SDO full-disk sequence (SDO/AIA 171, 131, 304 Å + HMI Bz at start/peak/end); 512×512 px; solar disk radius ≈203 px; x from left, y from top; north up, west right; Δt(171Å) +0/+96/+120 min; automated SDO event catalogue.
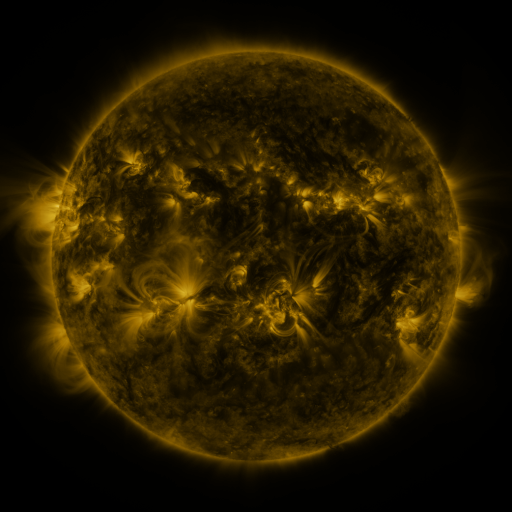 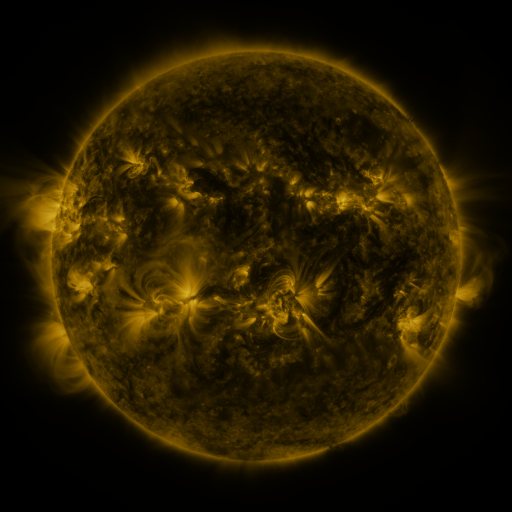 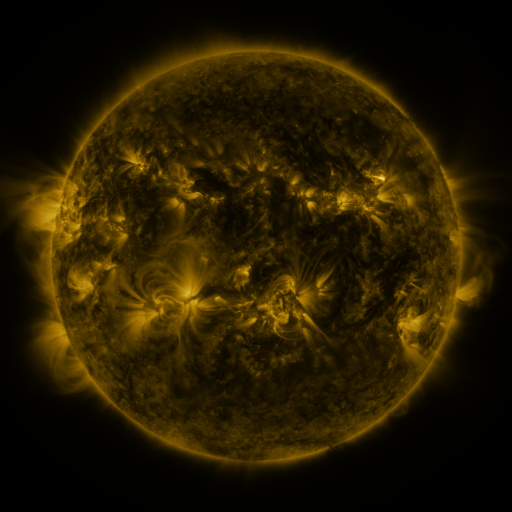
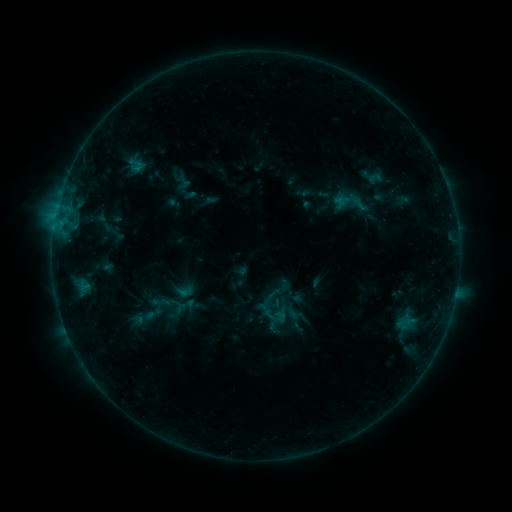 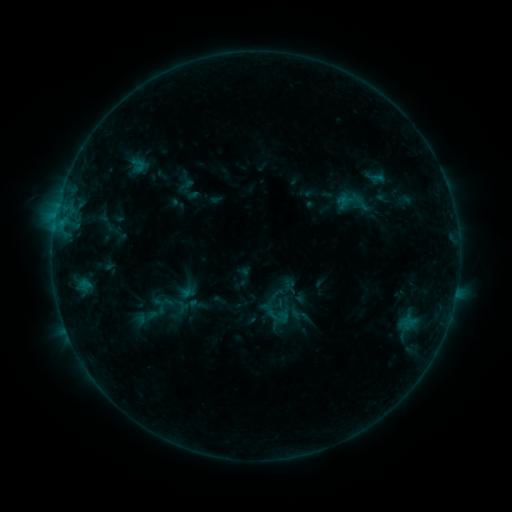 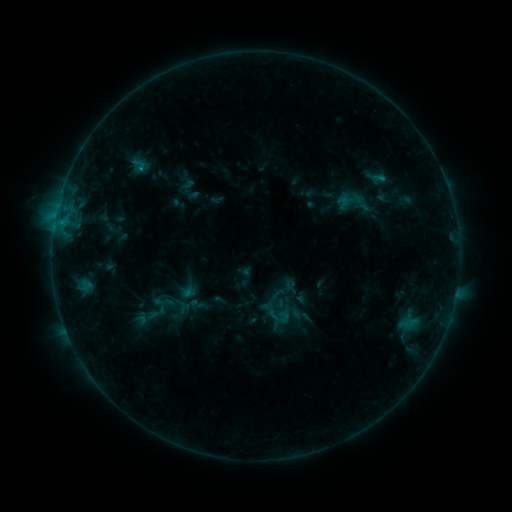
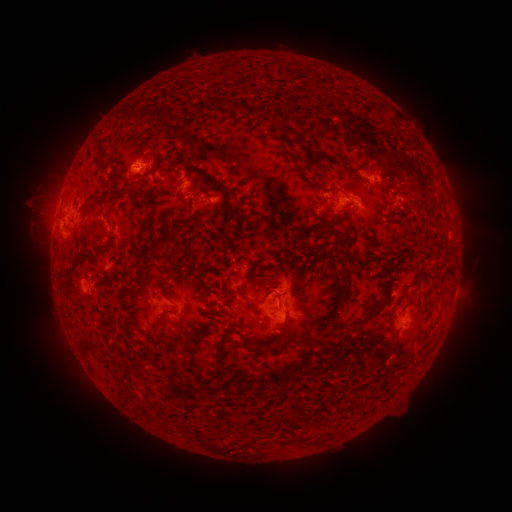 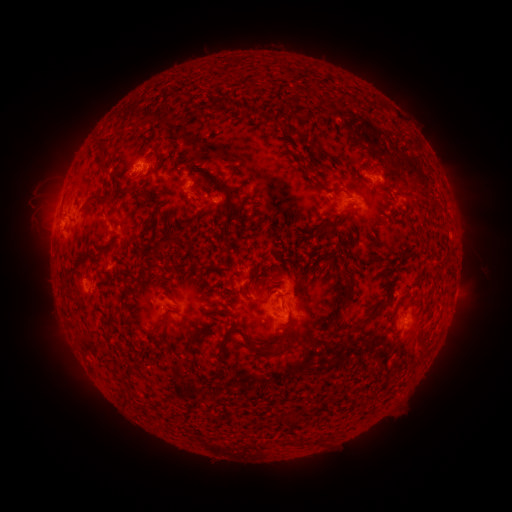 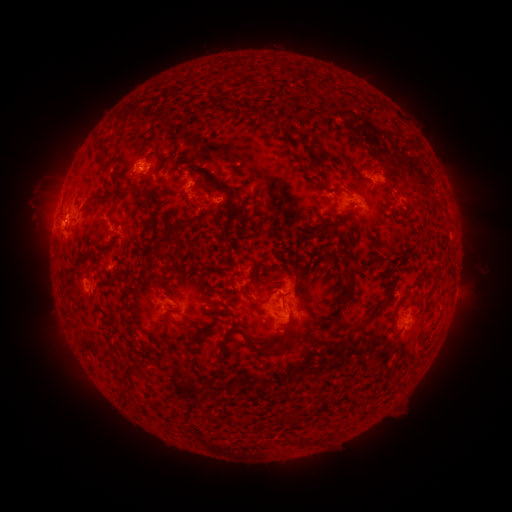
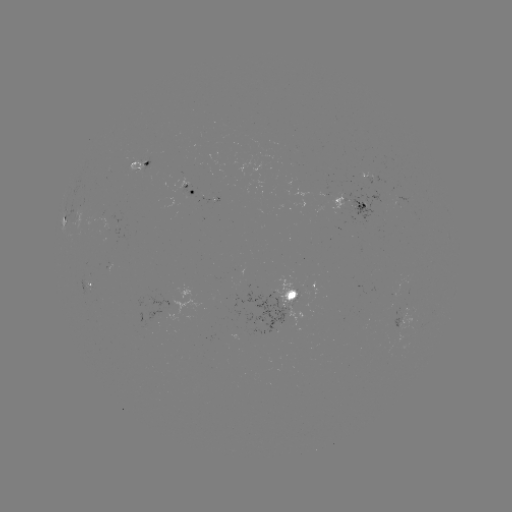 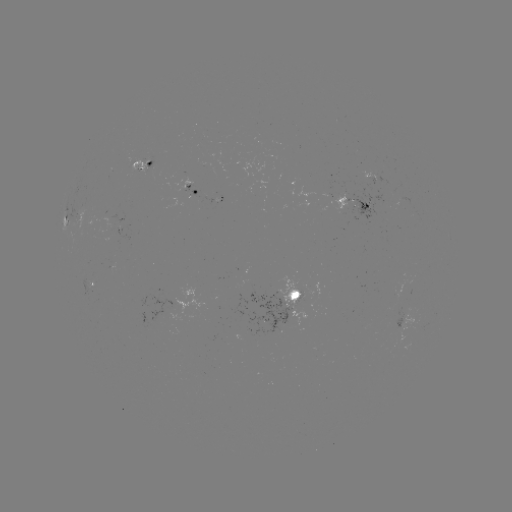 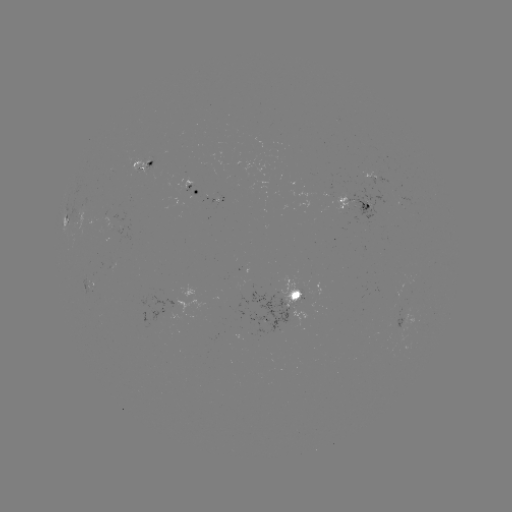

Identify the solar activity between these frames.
emerging-flux region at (345, 200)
